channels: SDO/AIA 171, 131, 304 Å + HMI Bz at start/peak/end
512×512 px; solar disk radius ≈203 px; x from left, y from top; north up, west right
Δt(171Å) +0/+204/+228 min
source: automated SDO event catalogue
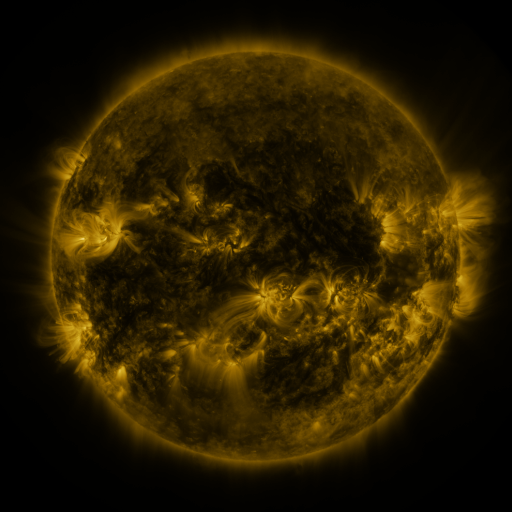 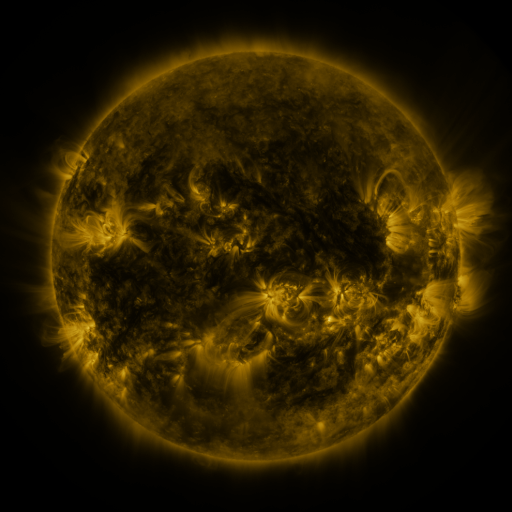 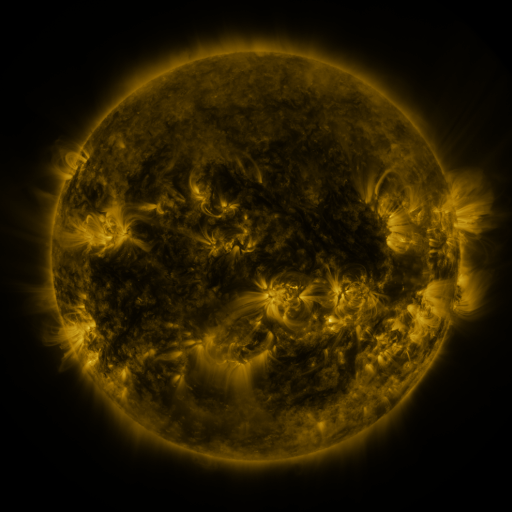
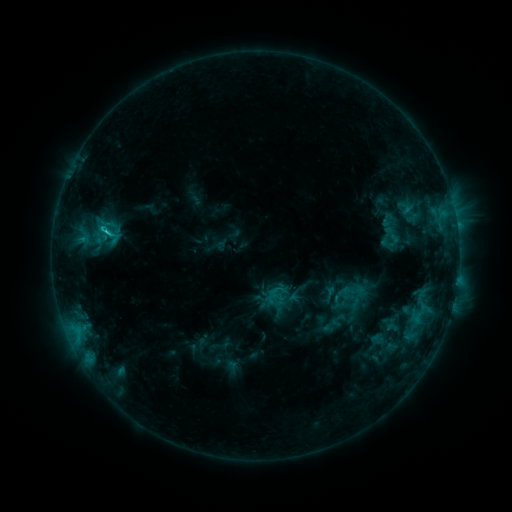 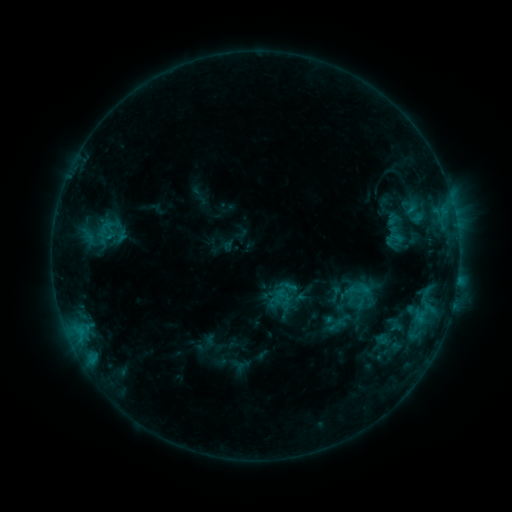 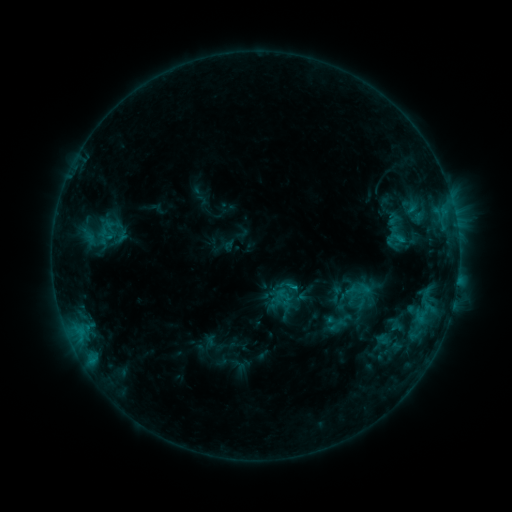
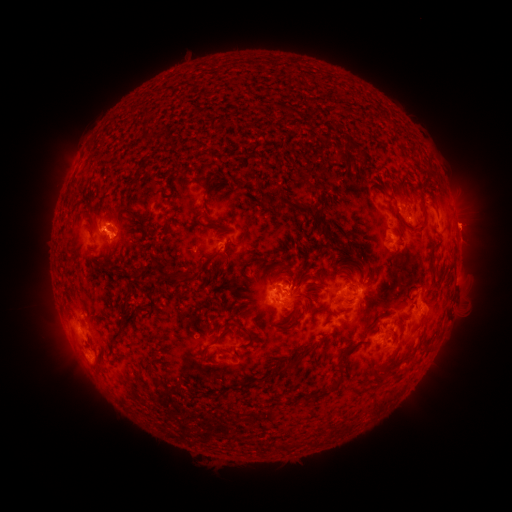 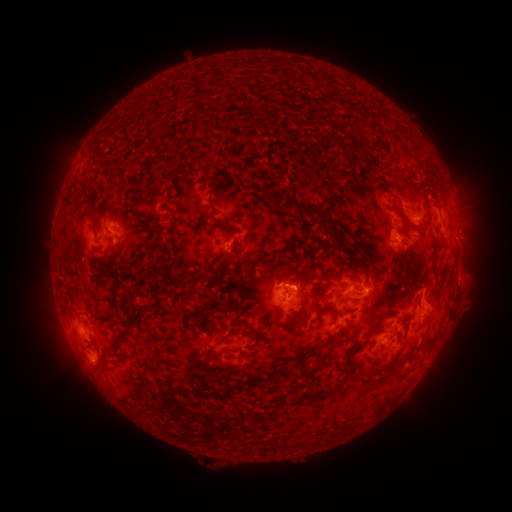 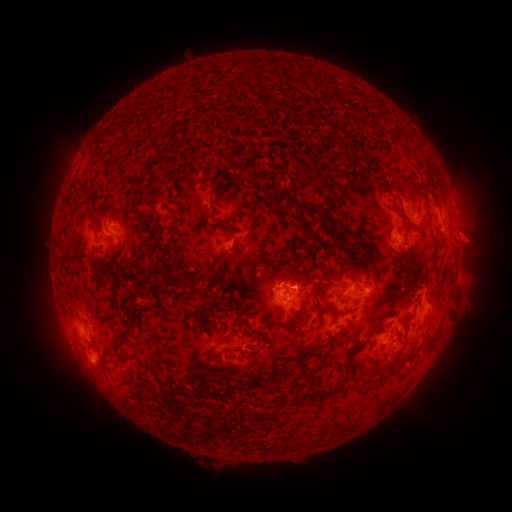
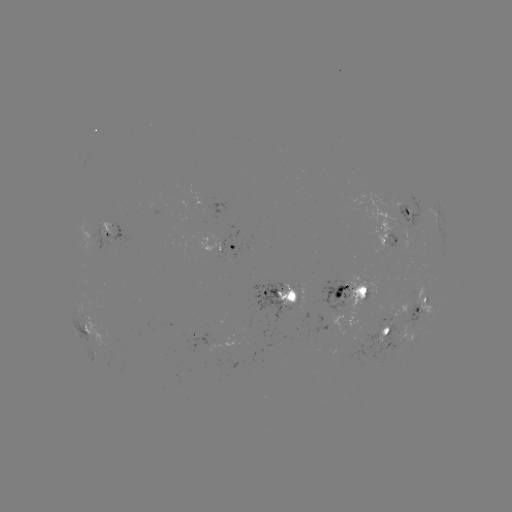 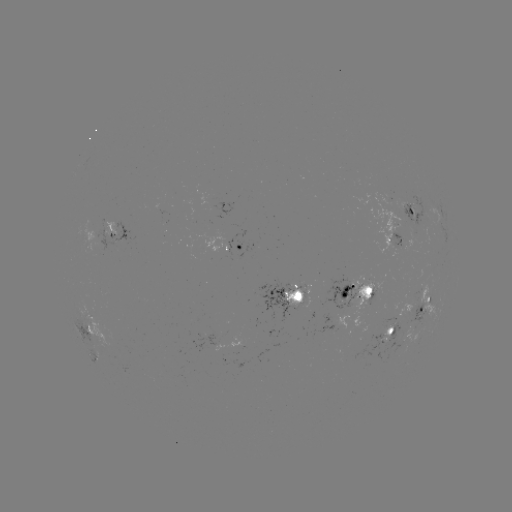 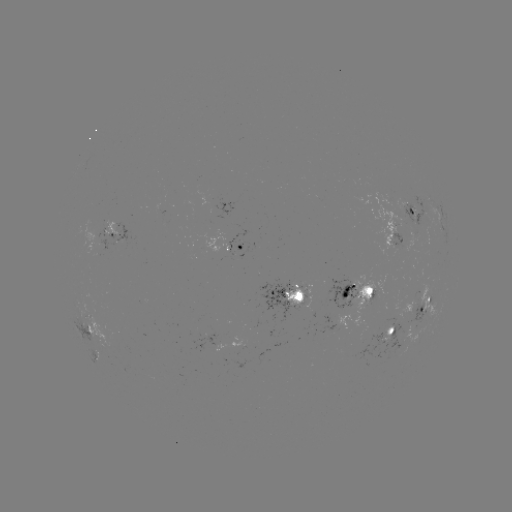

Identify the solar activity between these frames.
emerging-flux region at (411, 207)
